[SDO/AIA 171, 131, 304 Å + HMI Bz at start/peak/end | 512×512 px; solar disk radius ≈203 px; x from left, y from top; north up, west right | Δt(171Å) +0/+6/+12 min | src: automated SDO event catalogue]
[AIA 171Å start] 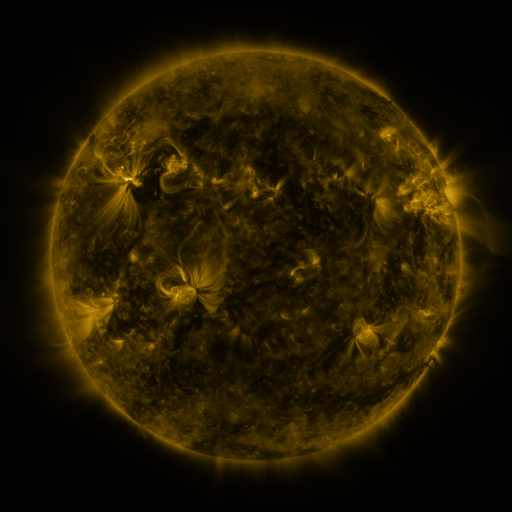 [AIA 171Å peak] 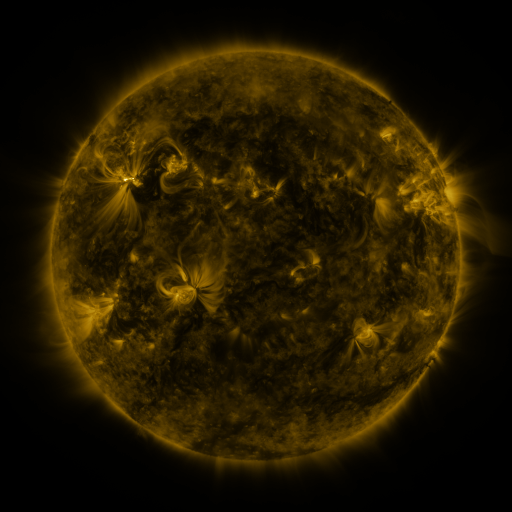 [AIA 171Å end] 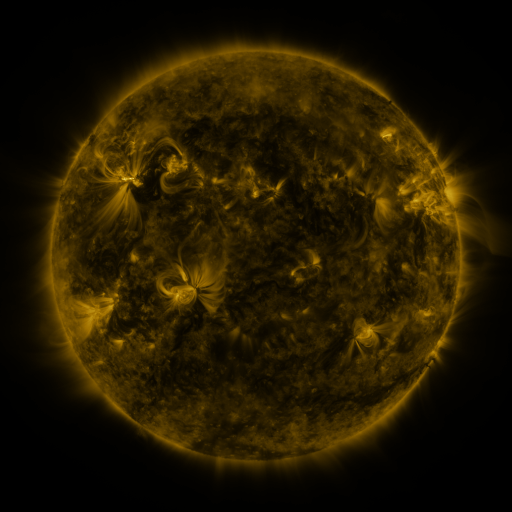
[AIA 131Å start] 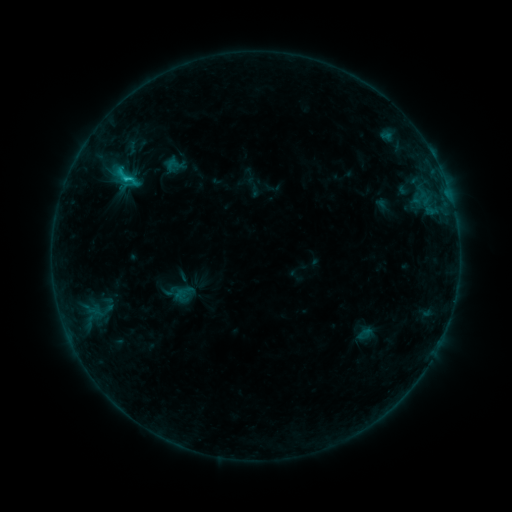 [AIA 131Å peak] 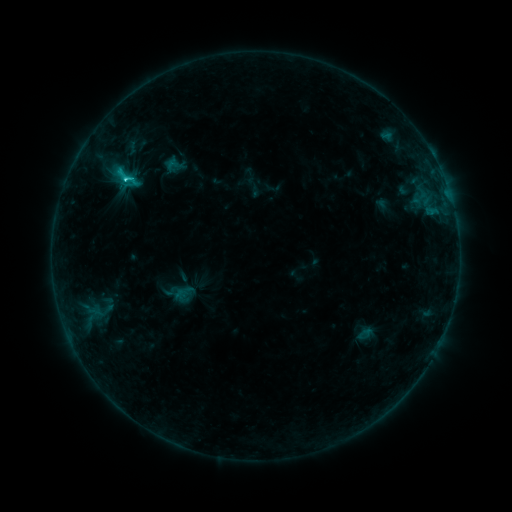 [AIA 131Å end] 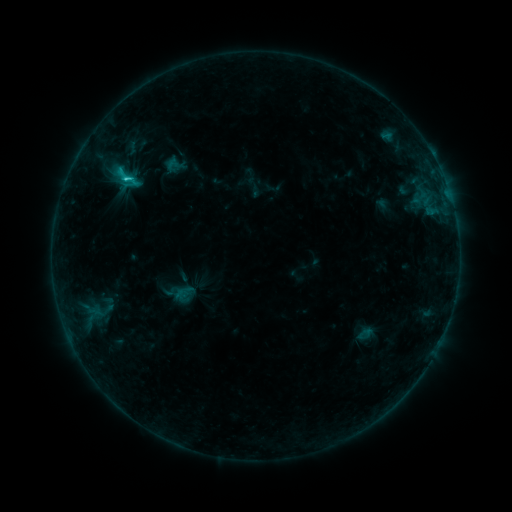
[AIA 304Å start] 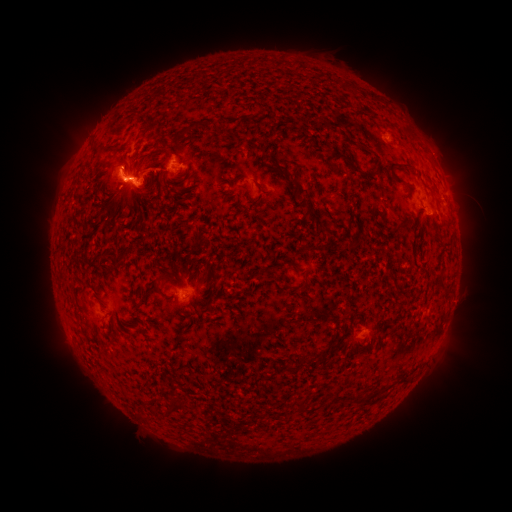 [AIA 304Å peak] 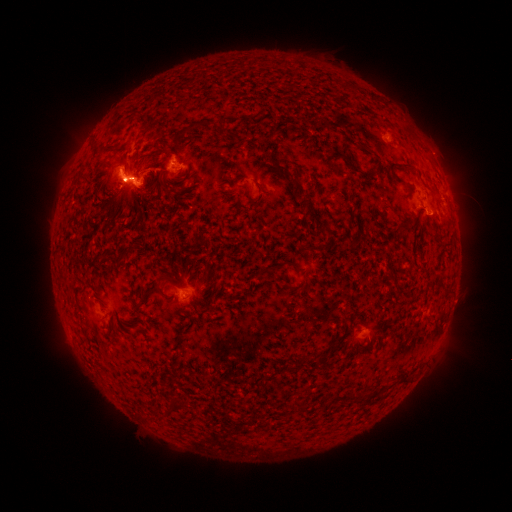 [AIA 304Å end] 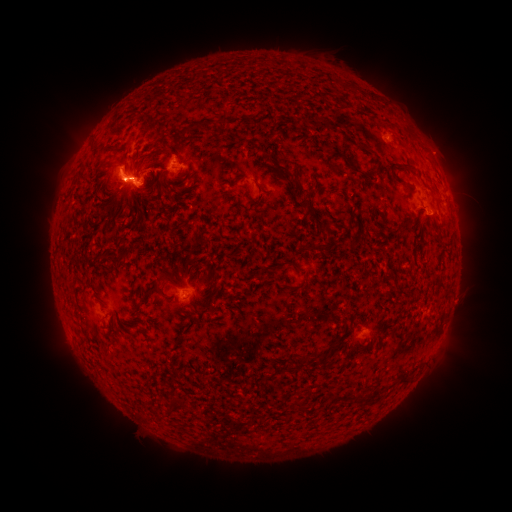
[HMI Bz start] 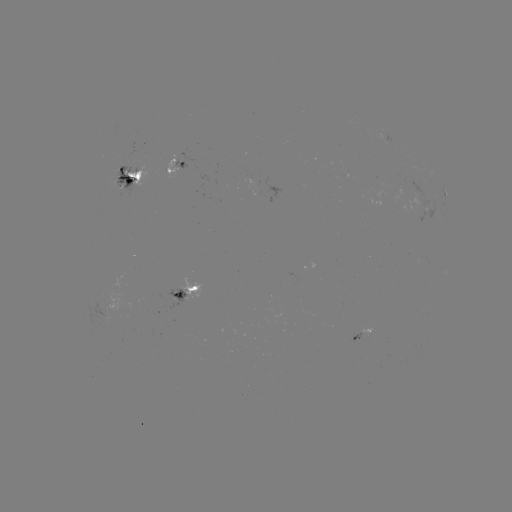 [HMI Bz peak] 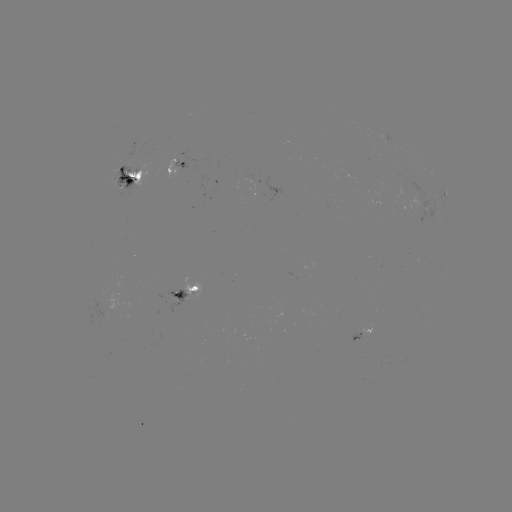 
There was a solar flare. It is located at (127, 181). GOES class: C2.4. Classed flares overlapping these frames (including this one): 2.